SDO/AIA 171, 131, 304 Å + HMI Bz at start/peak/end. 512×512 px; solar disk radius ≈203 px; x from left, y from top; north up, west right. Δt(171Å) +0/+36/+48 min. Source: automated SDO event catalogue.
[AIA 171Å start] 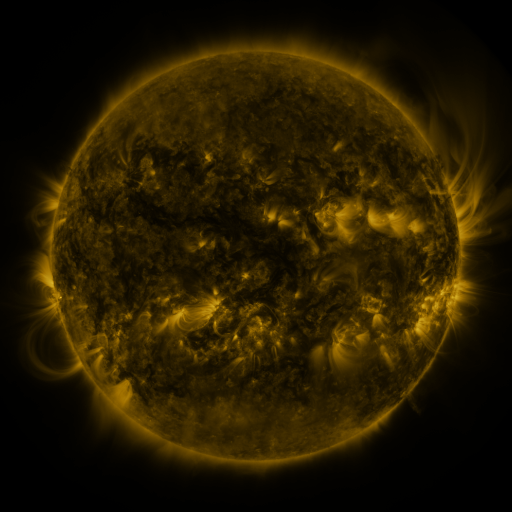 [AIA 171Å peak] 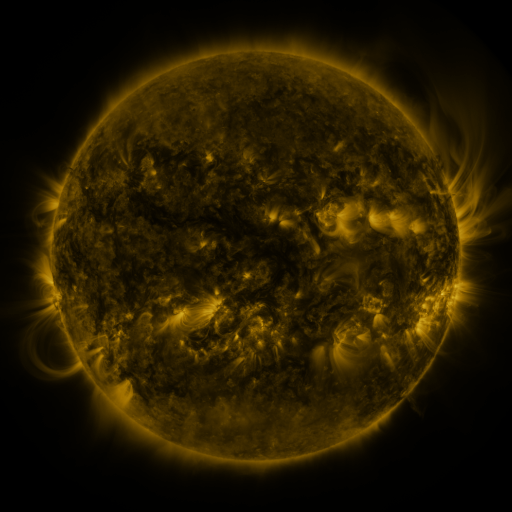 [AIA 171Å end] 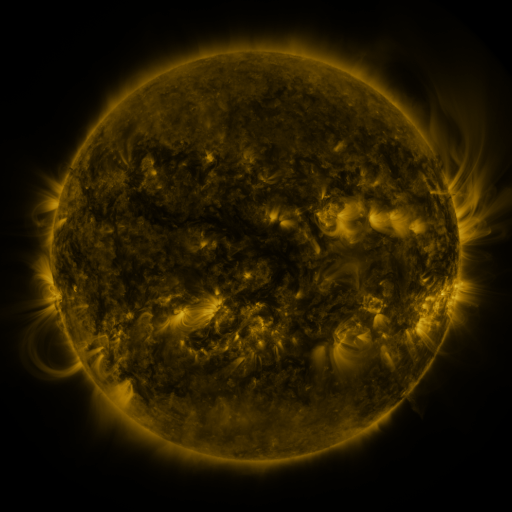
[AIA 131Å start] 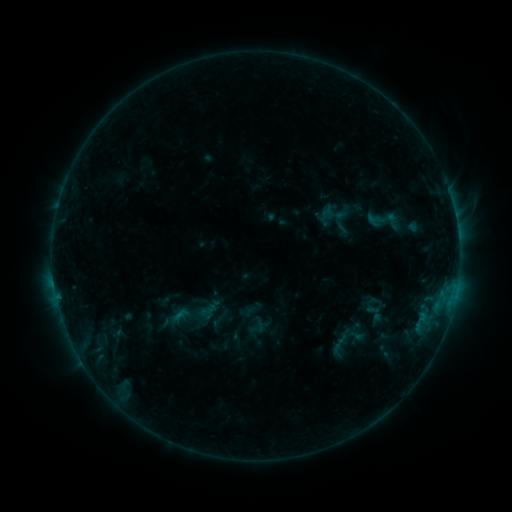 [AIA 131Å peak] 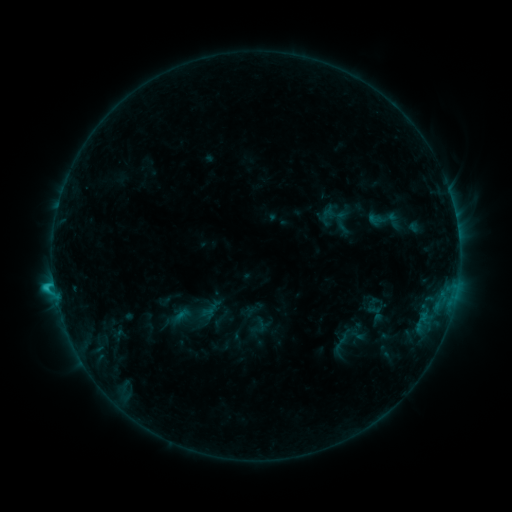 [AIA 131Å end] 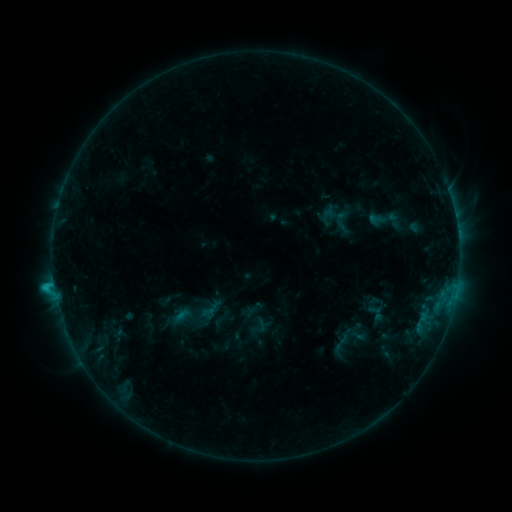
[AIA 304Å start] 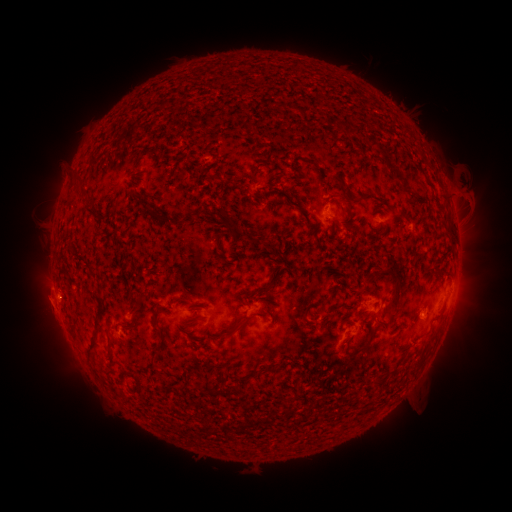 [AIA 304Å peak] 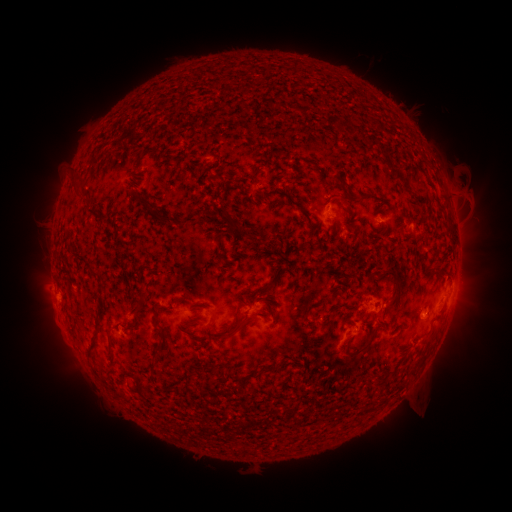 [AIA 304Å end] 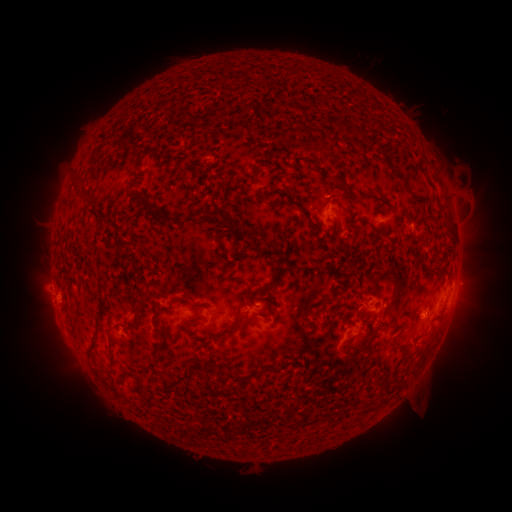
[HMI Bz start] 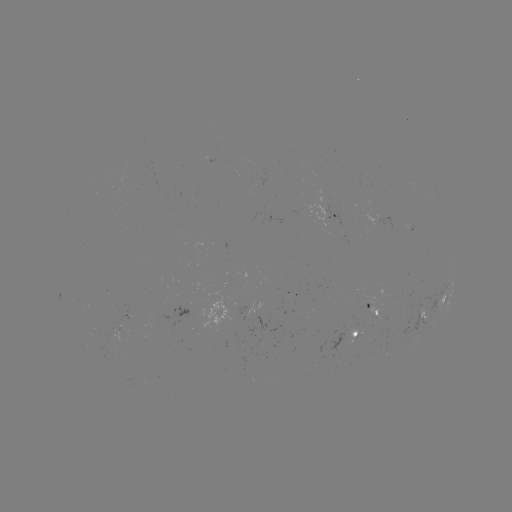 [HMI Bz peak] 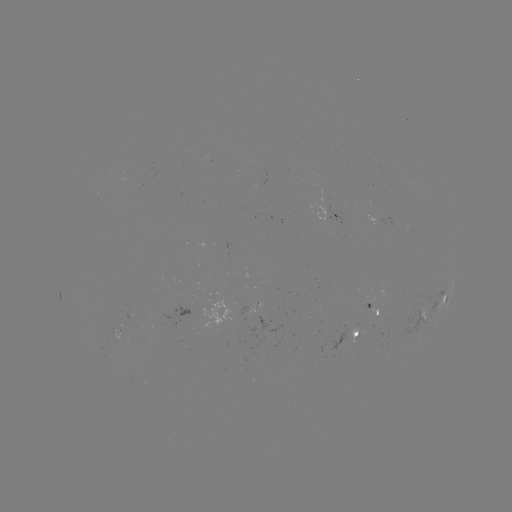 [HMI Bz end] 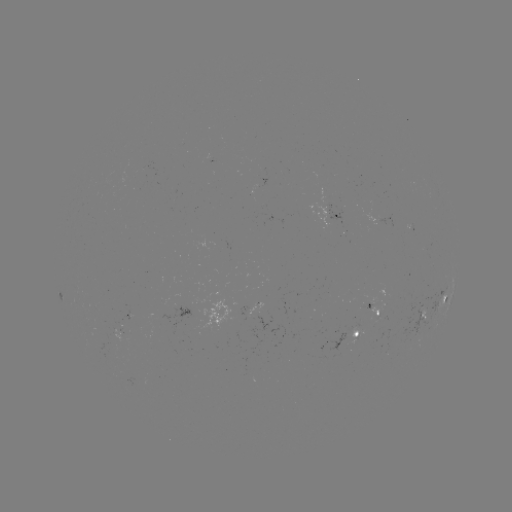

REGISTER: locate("C1.2 flare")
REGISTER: (54, 284)